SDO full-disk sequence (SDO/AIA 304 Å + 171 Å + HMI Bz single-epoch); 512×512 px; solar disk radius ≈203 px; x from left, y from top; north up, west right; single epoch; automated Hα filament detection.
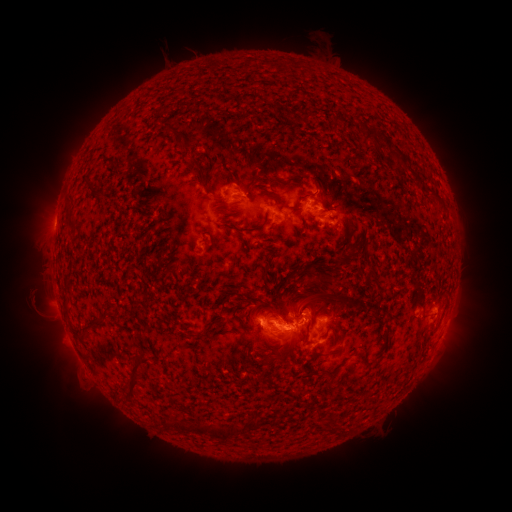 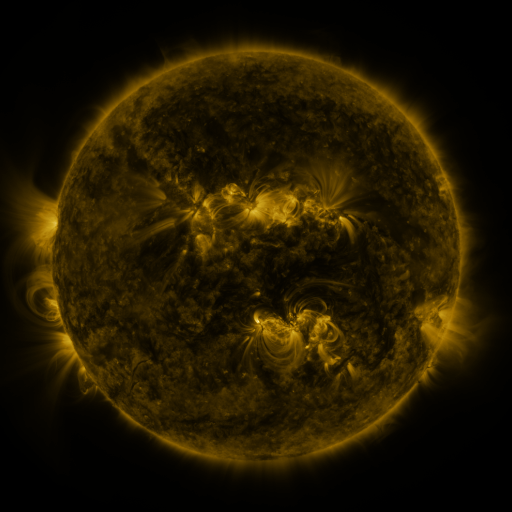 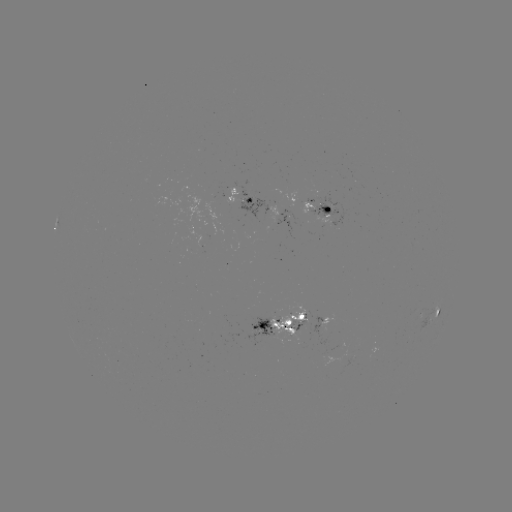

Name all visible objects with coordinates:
filament: (243, 66)
filament: (306, 115)
filament: (334, 118)
filament: (370, 133)
filament: (397, 154)
filament: (203, 187)
filament: (91, 188)
filament: (315, 191)
filament: (70, 223)
filament: (246, 229)
filament: (313, 273)
filament: (265, 275)
filament: (249, 301)
filament: (66, 305)
filament: (307, 305)
filament: (113, 317)
filament: (96, 323)
filament: (211, 324)
filament: (317, 355)
filament: (365, 355)
filament: (335, 370)
filament: (135, 377)
filament: (257, 421)
filament: (207, 430)
